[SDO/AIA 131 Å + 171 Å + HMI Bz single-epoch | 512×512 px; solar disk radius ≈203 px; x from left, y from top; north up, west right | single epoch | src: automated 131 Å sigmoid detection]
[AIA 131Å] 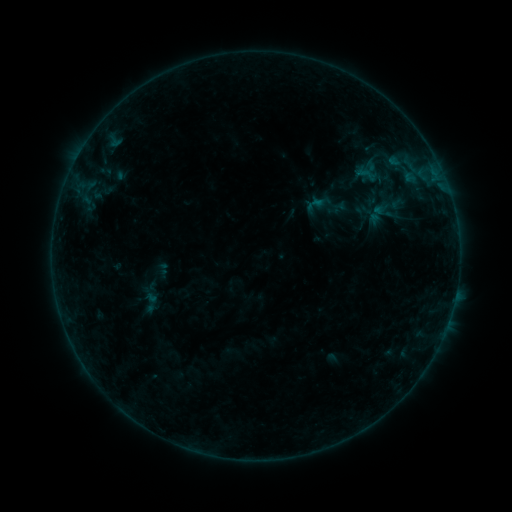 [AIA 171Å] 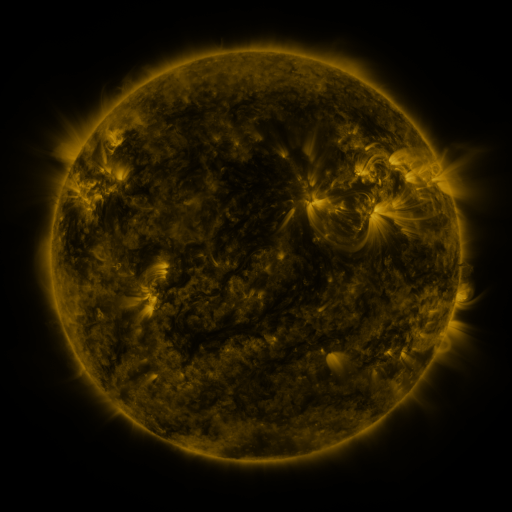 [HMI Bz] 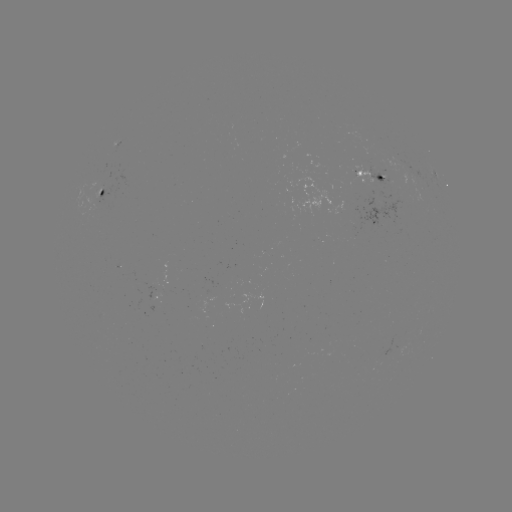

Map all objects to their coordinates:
sigmoid: (368, 174)
sigmoid: (150, 302)
